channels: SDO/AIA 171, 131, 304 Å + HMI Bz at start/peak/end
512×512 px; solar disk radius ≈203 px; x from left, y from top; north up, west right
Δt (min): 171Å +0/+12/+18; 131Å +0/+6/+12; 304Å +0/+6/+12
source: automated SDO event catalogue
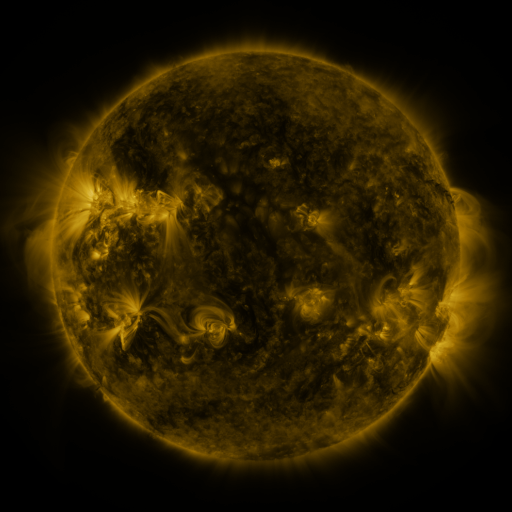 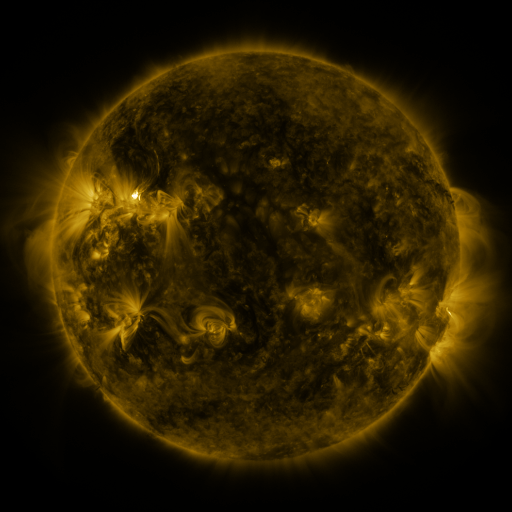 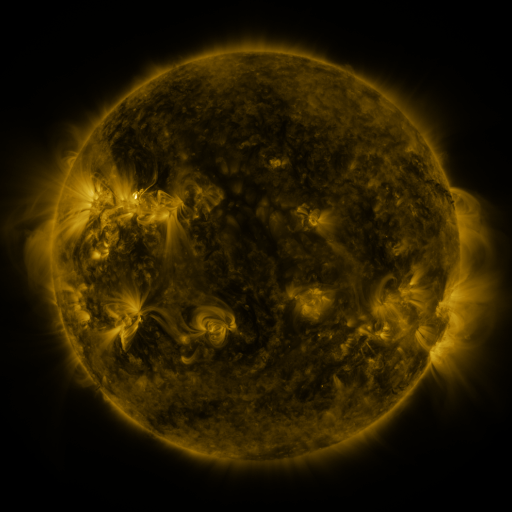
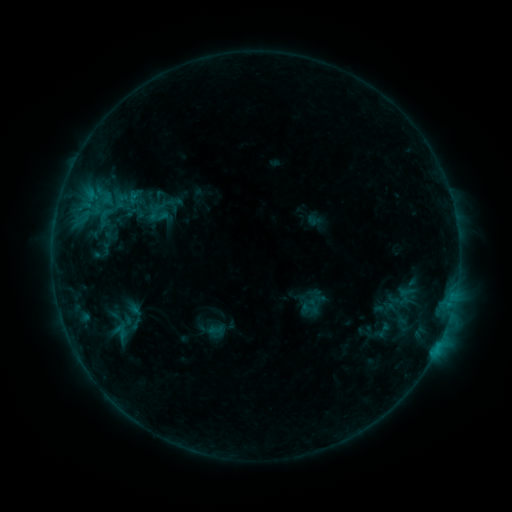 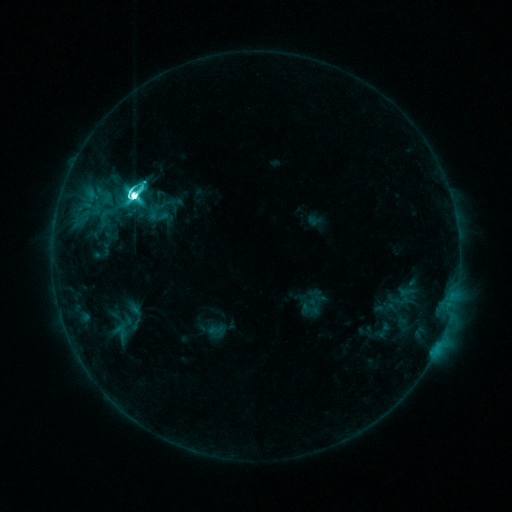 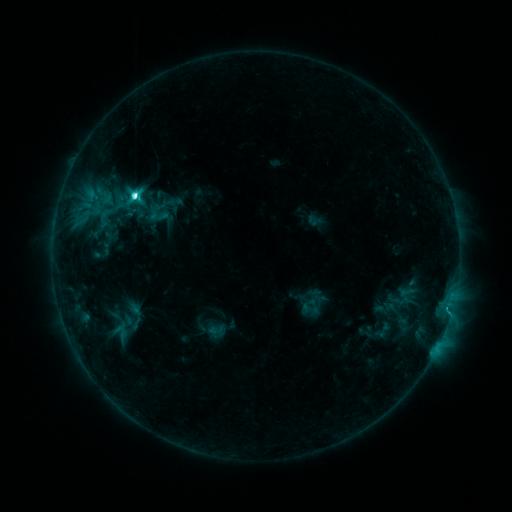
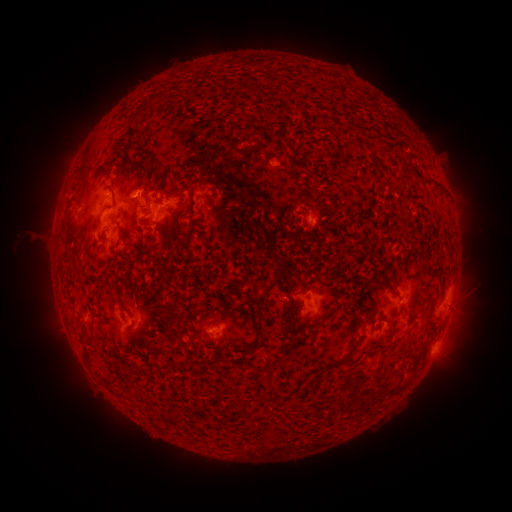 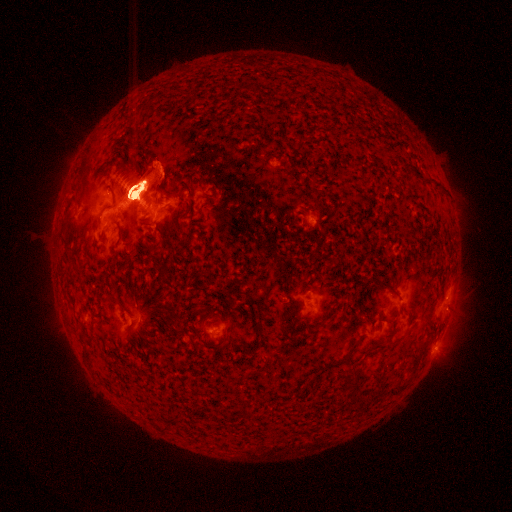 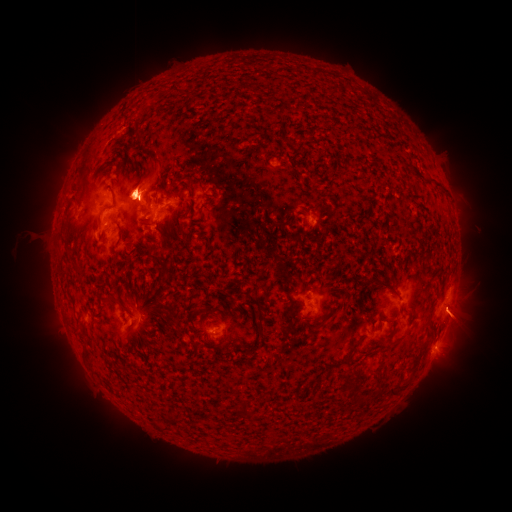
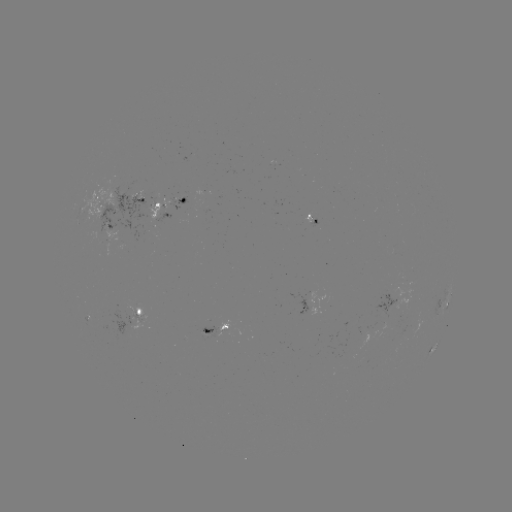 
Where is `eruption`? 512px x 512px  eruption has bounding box [419, 265, 491, 390].